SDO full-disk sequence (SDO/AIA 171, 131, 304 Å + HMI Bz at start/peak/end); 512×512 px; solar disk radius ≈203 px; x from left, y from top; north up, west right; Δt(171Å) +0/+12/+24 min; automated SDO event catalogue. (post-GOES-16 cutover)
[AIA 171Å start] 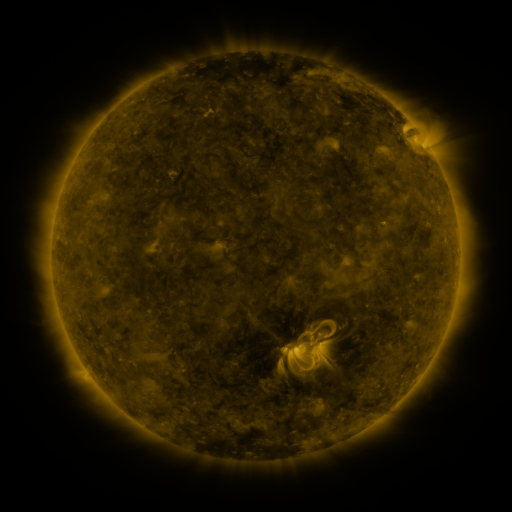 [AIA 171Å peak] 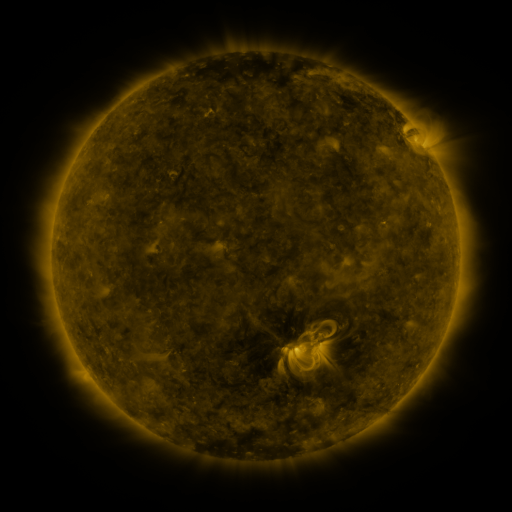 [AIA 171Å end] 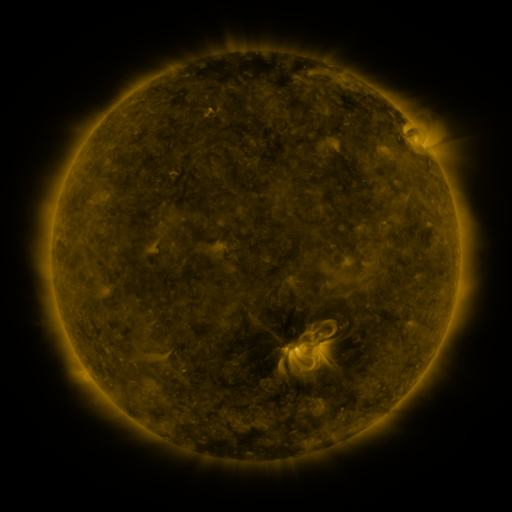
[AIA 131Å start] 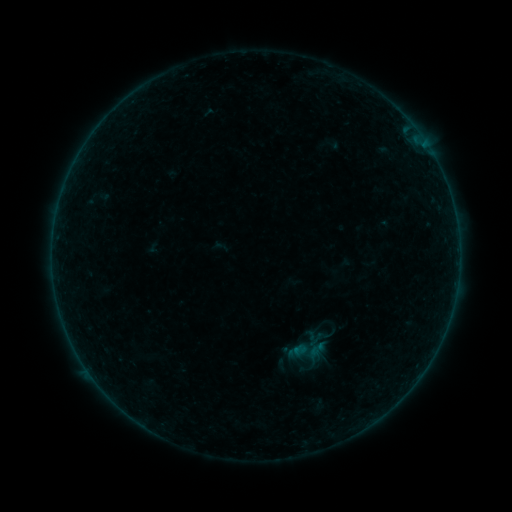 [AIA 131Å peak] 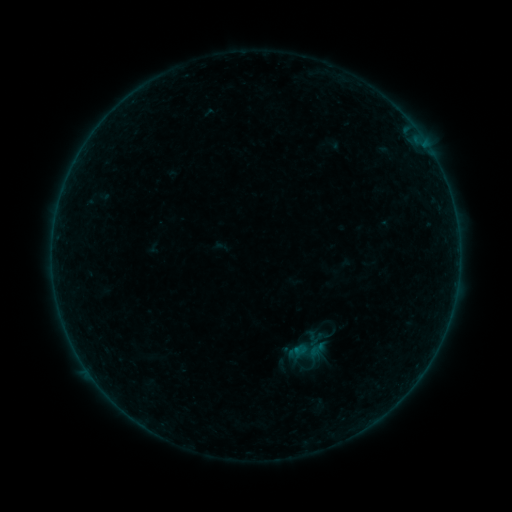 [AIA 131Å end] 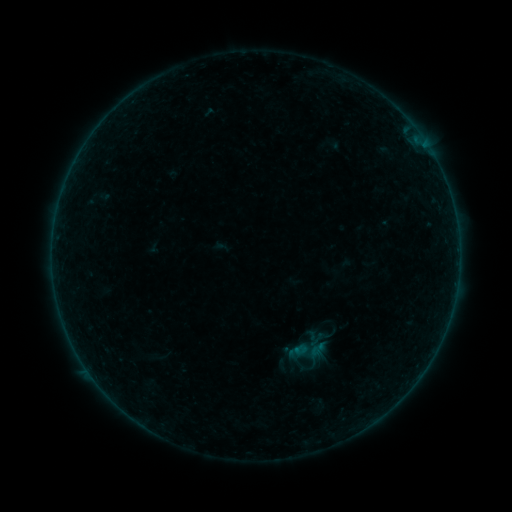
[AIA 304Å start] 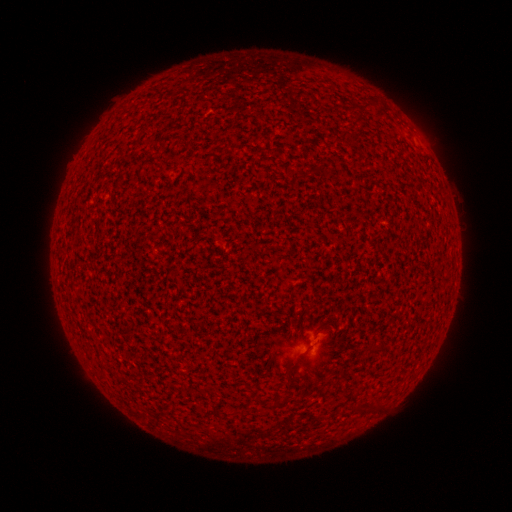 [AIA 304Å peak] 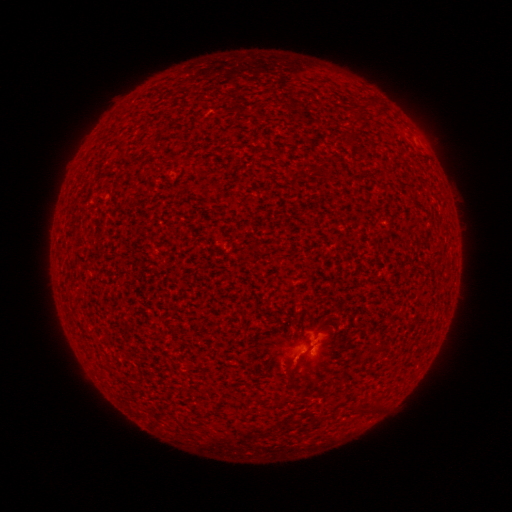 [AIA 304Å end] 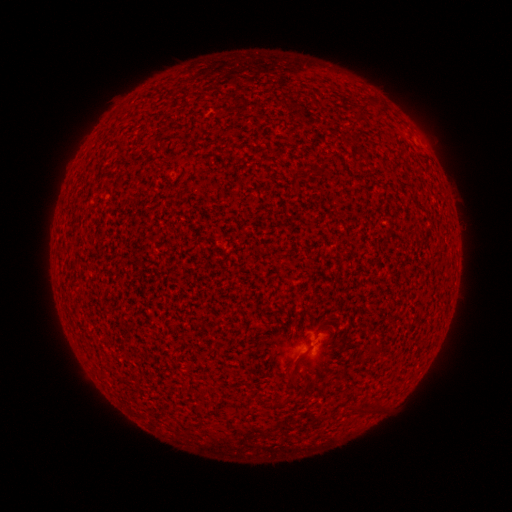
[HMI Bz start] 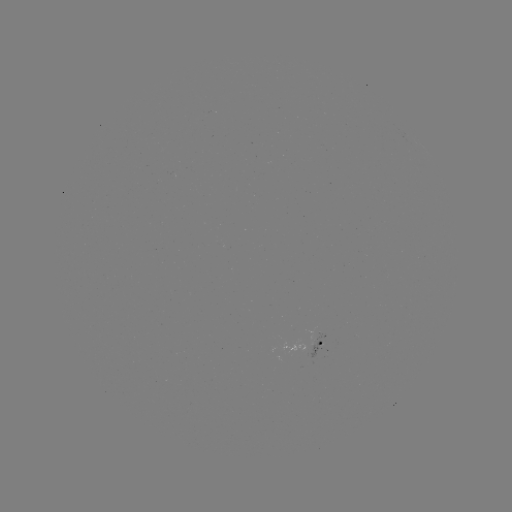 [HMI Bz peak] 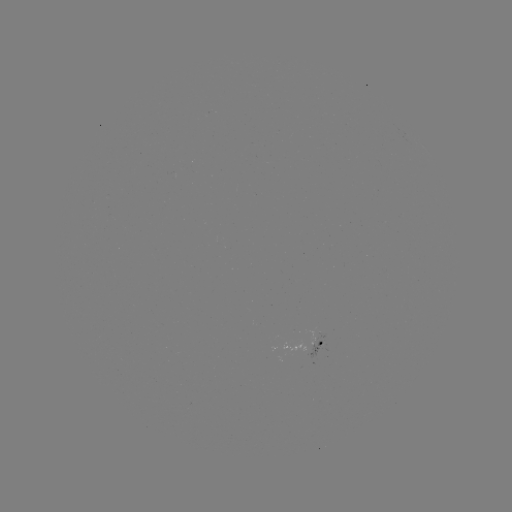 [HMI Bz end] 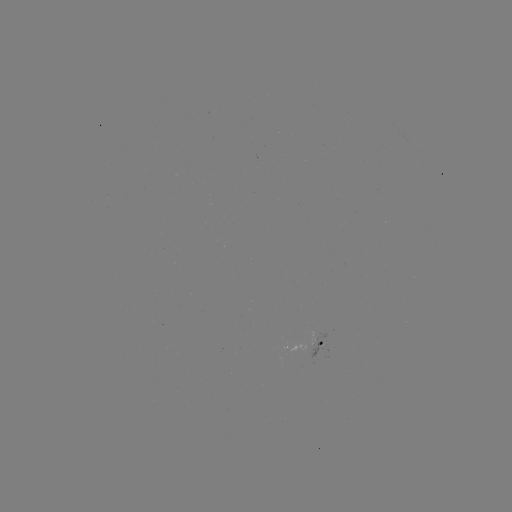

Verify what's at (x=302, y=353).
A3.4 flare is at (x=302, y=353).